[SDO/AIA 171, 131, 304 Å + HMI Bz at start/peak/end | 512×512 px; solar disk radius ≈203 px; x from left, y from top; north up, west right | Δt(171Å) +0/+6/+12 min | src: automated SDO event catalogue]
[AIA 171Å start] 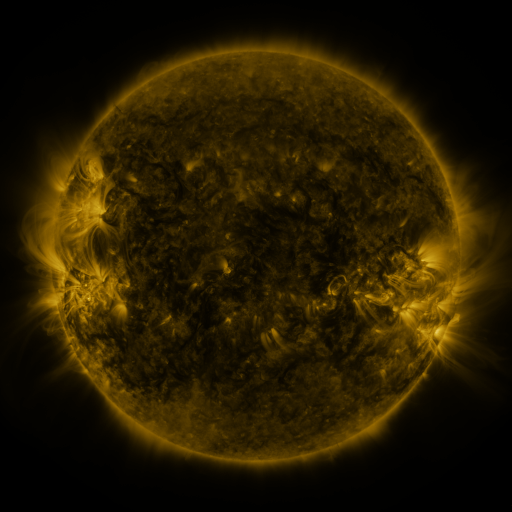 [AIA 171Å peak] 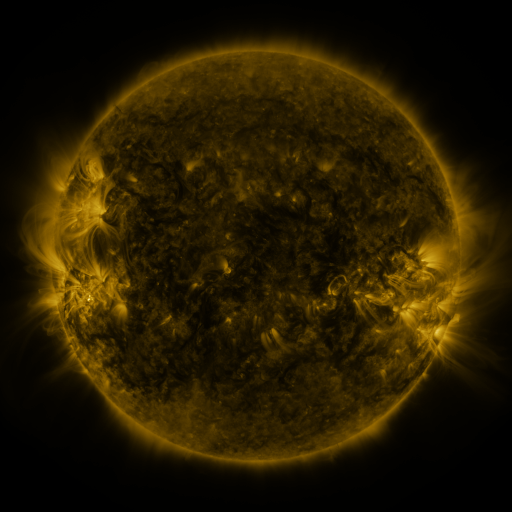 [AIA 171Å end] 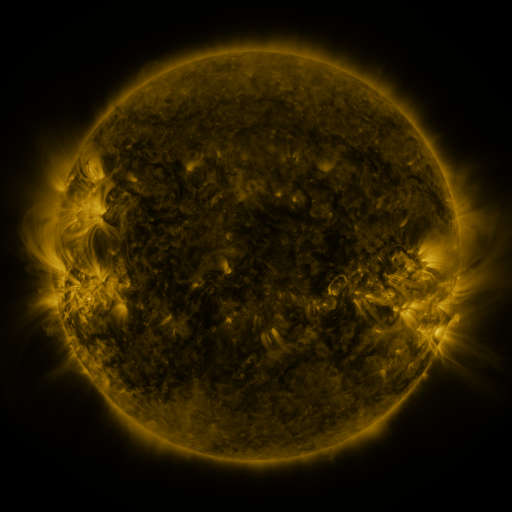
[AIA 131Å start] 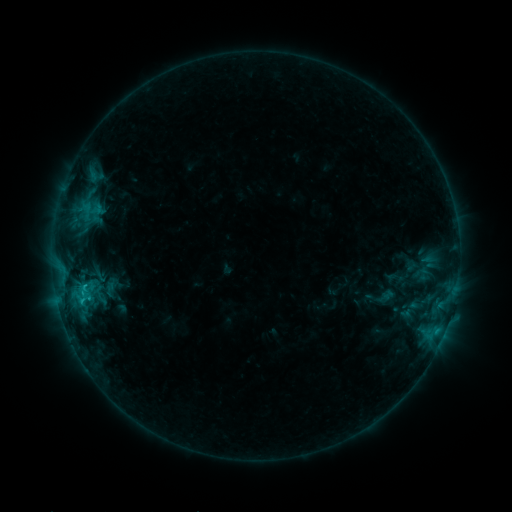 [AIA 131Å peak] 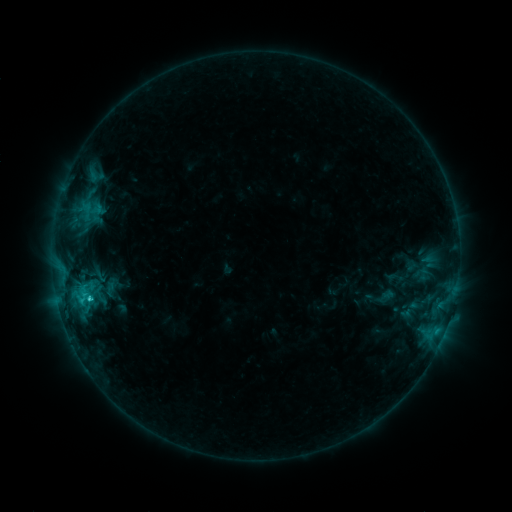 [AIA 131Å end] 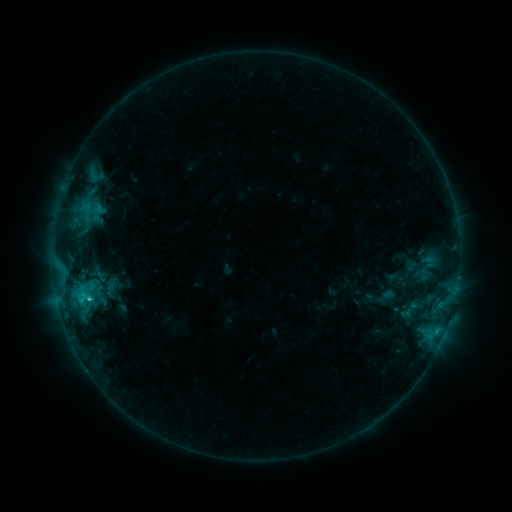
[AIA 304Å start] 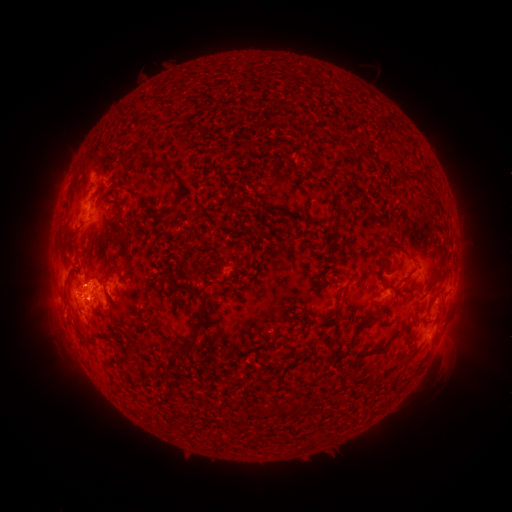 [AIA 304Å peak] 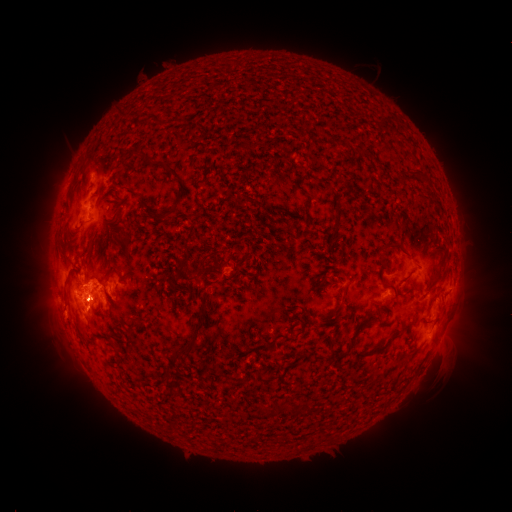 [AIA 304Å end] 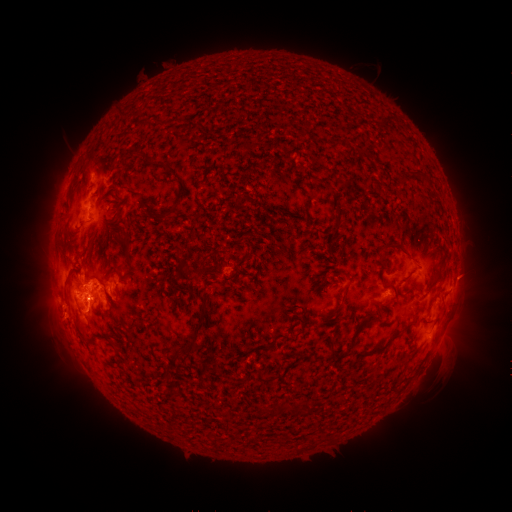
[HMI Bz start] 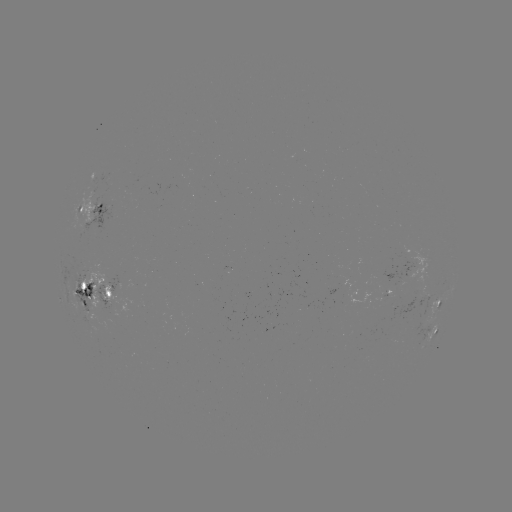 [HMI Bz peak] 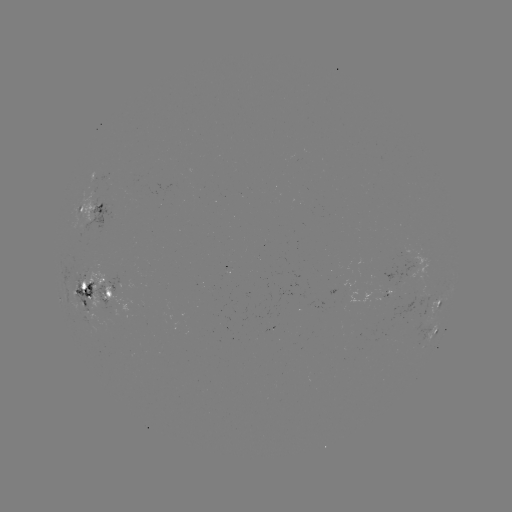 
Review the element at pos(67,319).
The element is eruption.